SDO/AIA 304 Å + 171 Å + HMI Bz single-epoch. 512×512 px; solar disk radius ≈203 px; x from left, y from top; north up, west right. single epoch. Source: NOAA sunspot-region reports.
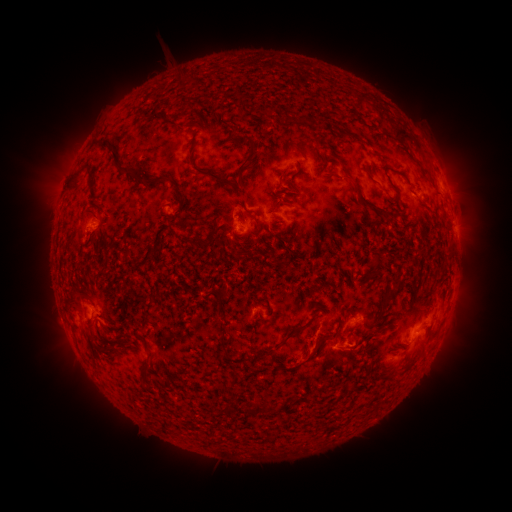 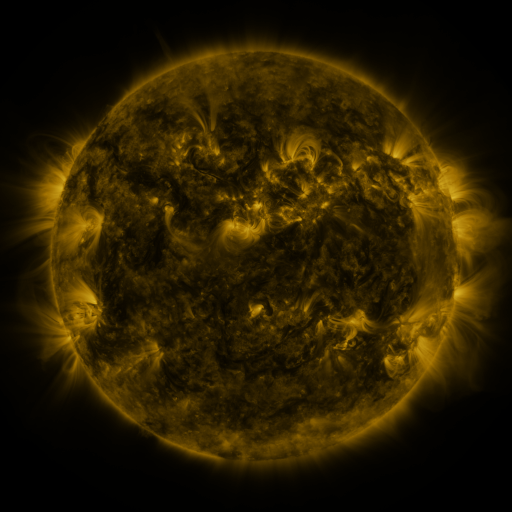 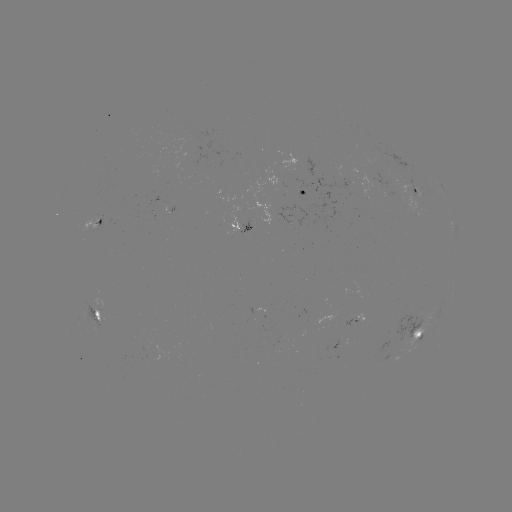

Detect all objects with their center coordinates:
spotted active region: (299, 192)
spotted active region: (419, 196)
spotted active region: (451, 199)
spotted active region: (97, 223)
spotted active region: (245, 226)
spotted active region: (457, 231)
spotted active region: (98, 315)
spotted active region: (425, 325)
spotted active region: (391, 360)
